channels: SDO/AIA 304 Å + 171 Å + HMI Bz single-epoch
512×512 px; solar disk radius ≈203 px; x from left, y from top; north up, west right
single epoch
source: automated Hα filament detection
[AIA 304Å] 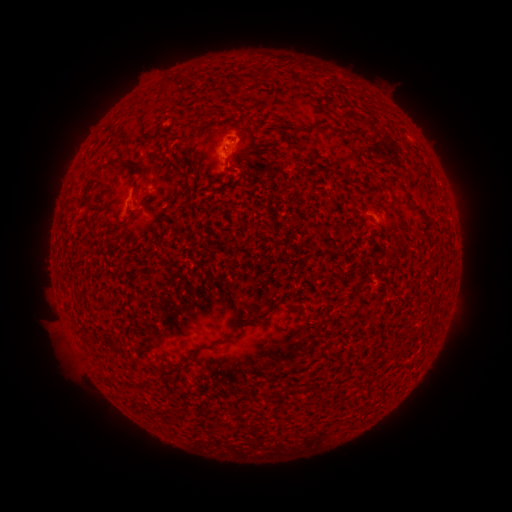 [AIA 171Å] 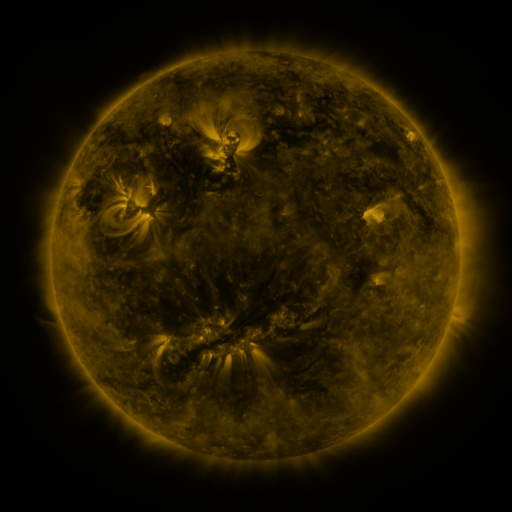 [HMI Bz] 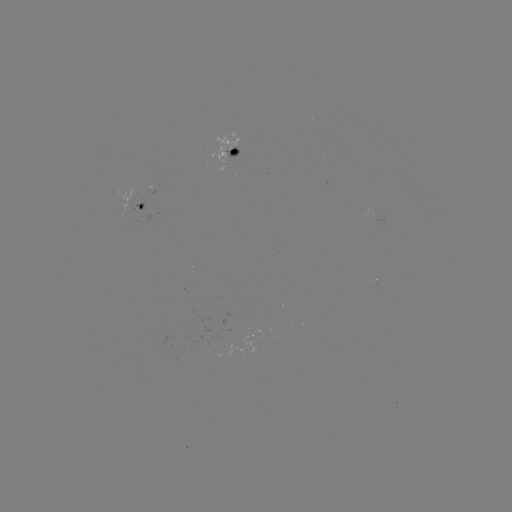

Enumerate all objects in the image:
filament: (265, 74)
filament: (237, 81)
filament: (122, 139)
filament: (115, 165)
filament: (138, 168)
filament: (239, 169)
filament: (100, 172)
filament: (385, 180)
filament: (405, 192)
filament: (420, 211)
filament: (252, 319)
filament: (215, 342)
filament: (319, 398)
